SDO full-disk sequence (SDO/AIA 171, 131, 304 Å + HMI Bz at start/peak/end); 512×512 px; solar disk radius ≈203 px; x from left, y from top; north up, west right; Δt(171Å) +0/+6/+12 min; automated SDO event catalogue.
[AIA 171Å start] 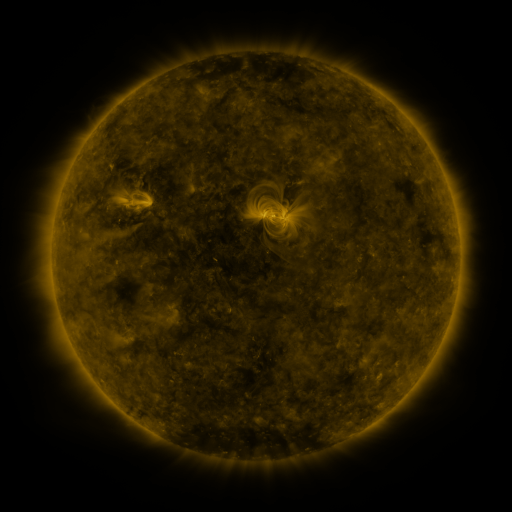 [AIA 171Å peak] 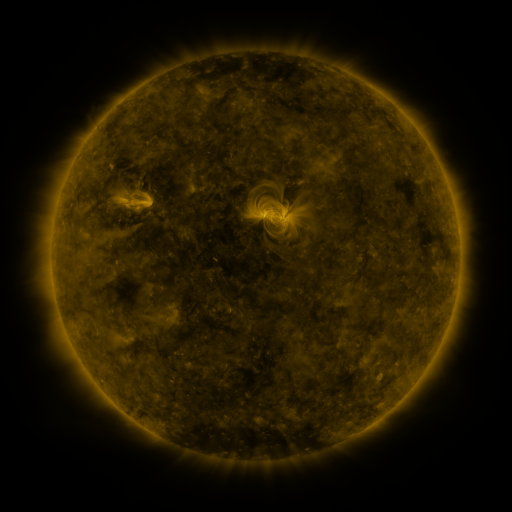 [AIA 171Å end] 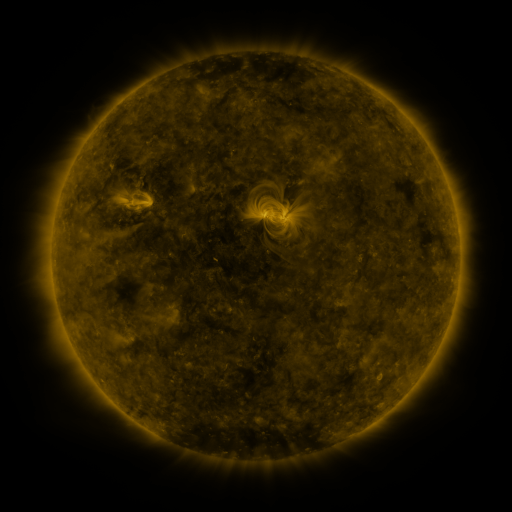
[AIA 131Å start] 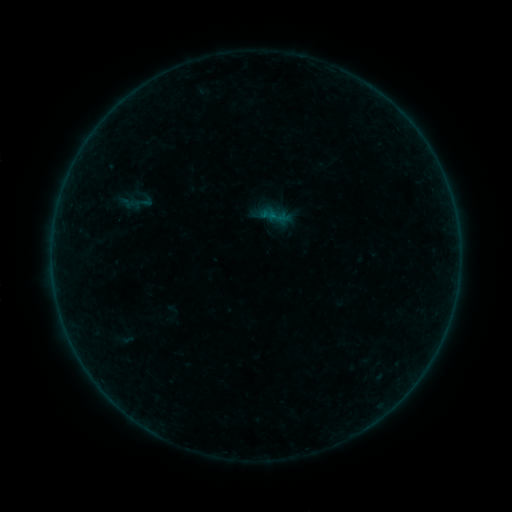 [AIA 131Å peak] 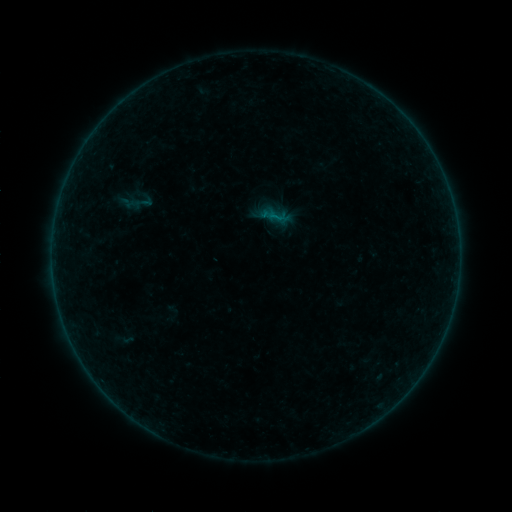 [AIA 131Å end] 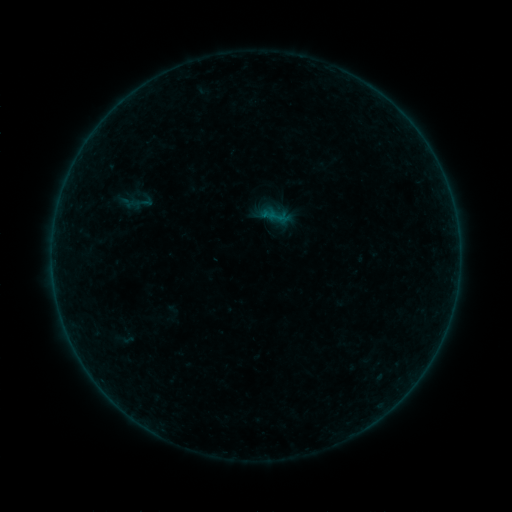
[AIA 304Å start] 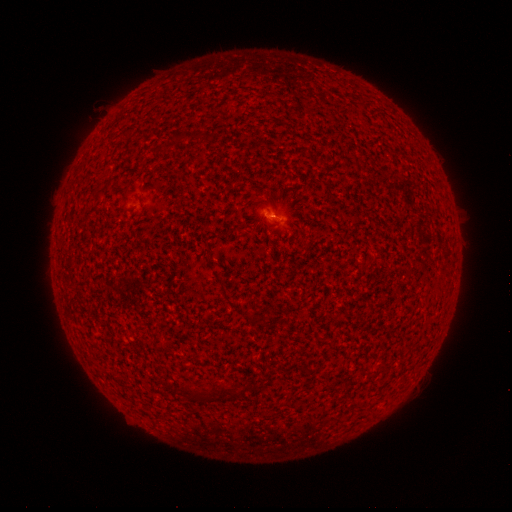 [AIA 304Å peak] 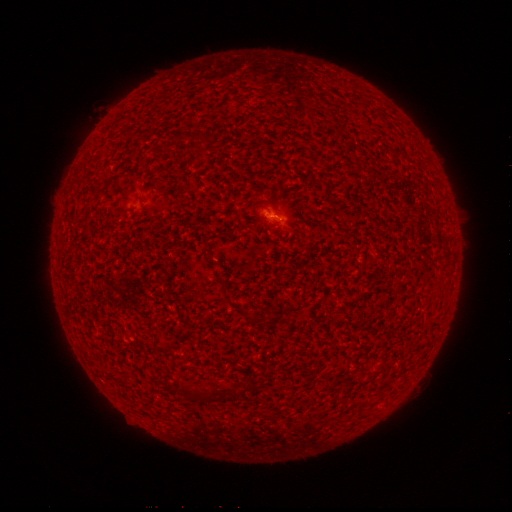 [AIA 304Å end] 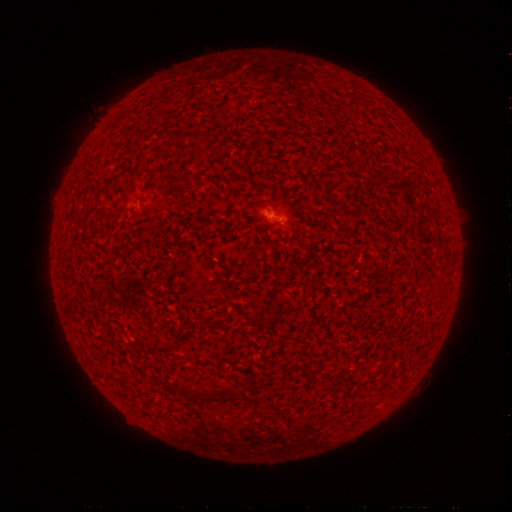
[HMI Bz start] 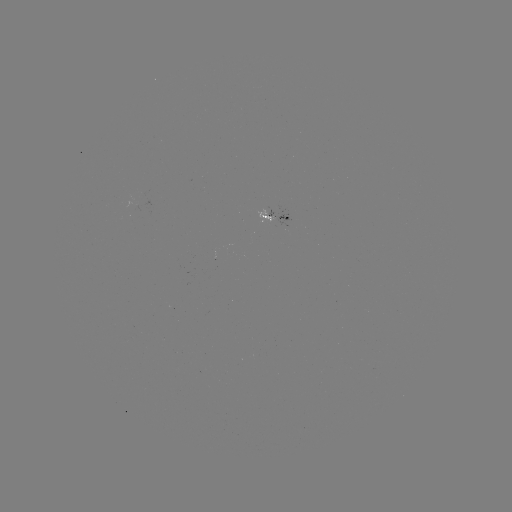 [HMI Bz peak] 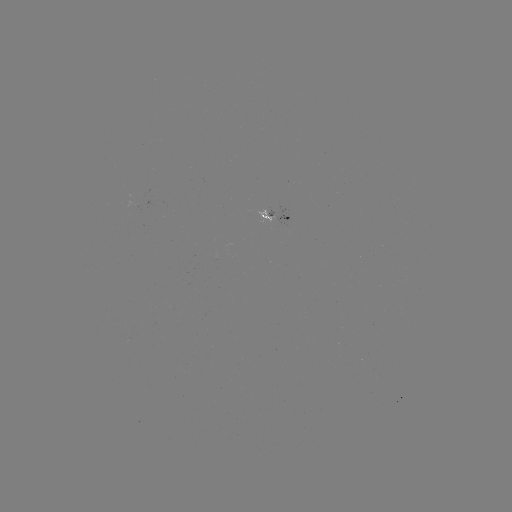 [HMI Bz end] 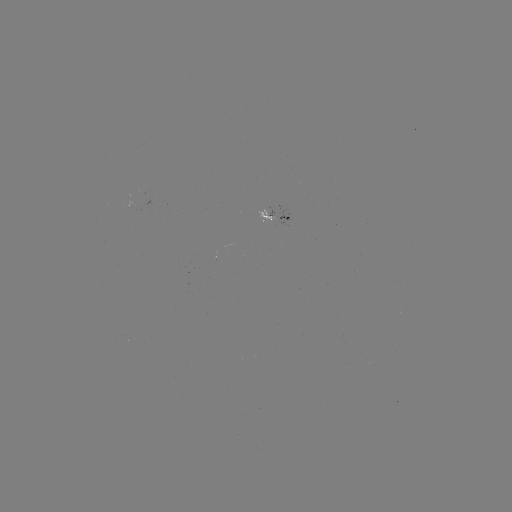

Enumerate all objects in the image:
B1.2 flare: (273, 219)
